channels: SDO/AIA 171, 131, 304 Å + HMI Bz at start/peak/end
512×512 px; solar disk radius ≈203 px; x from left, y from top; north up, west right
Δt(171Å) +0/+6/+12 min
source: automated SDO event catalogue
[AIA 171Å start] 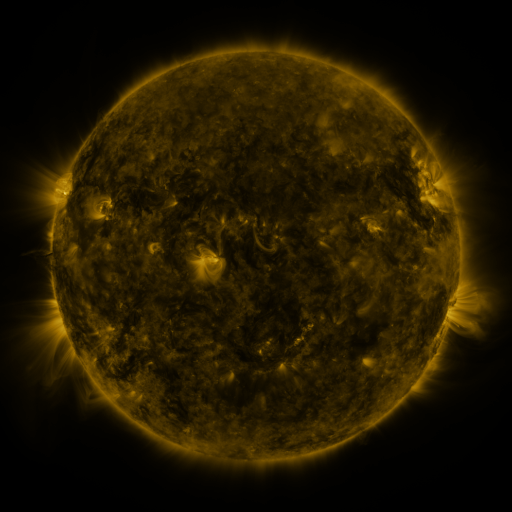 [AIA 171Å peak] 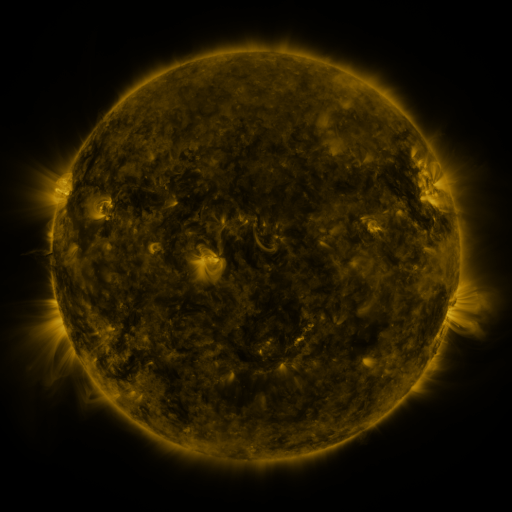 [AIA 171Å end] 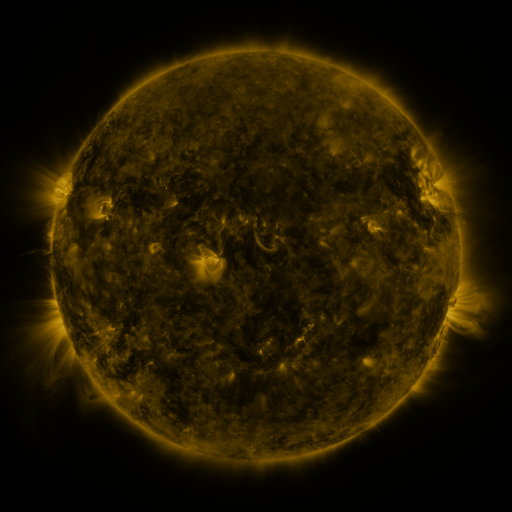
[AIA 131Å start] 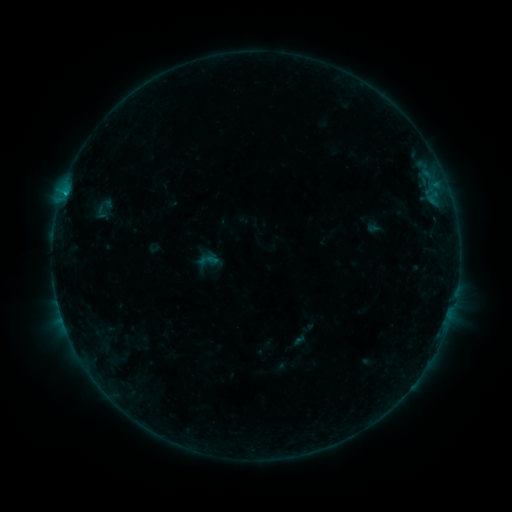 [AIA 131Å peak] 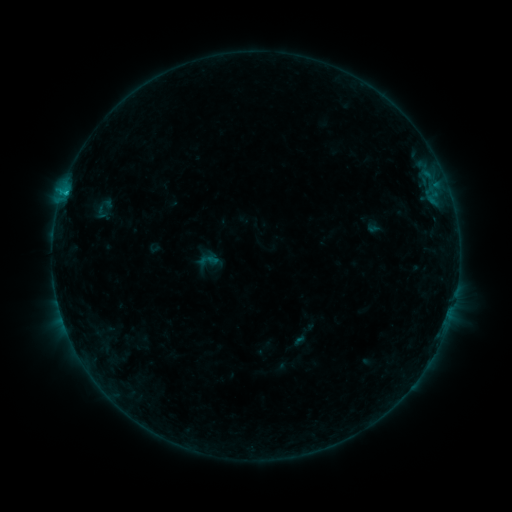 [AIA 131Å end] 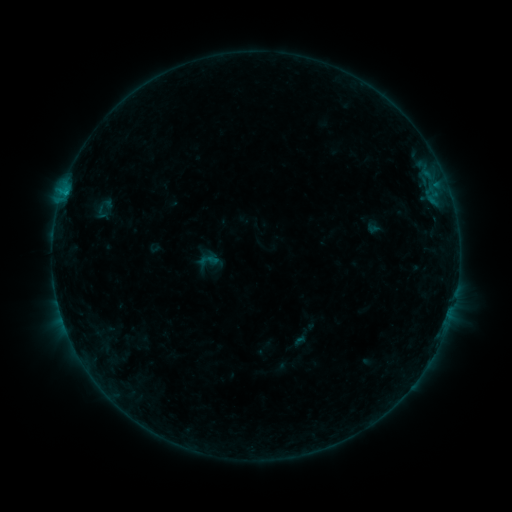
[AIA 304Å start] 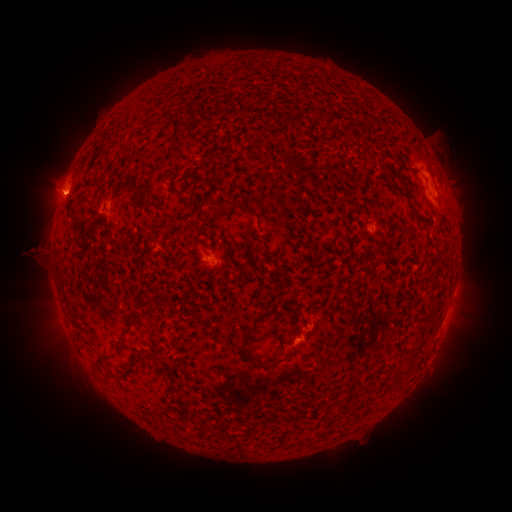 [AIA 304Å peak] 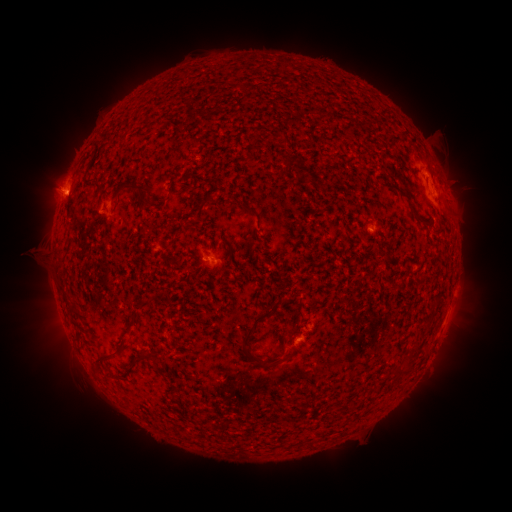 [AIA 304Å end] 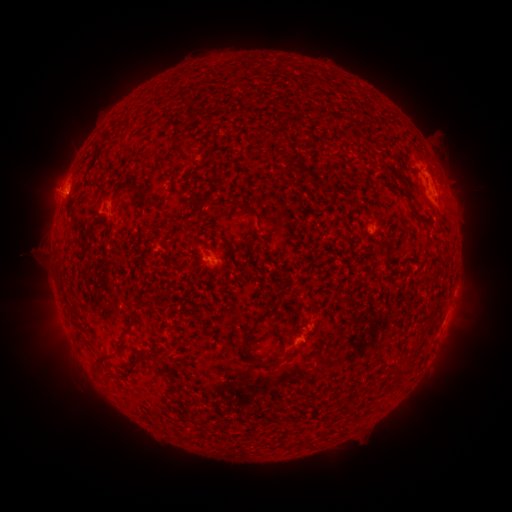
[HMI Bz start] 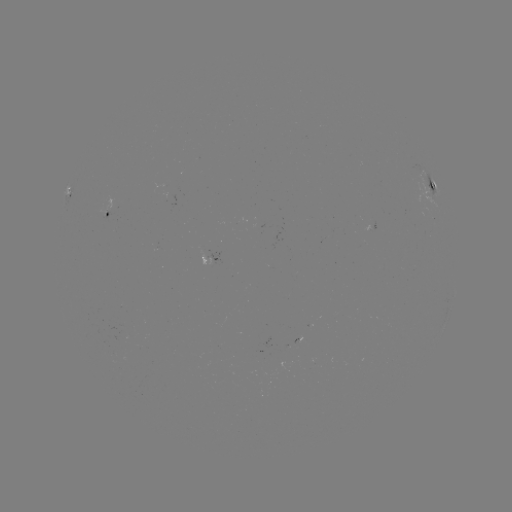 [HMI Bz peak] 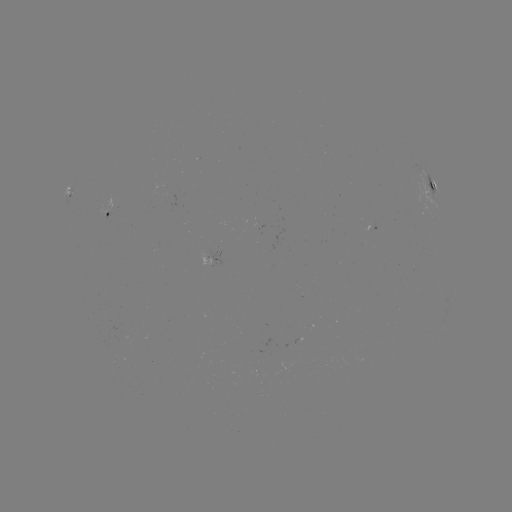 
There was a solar flare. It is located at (67, 195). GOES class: B6.4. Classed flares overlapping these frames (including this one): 1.